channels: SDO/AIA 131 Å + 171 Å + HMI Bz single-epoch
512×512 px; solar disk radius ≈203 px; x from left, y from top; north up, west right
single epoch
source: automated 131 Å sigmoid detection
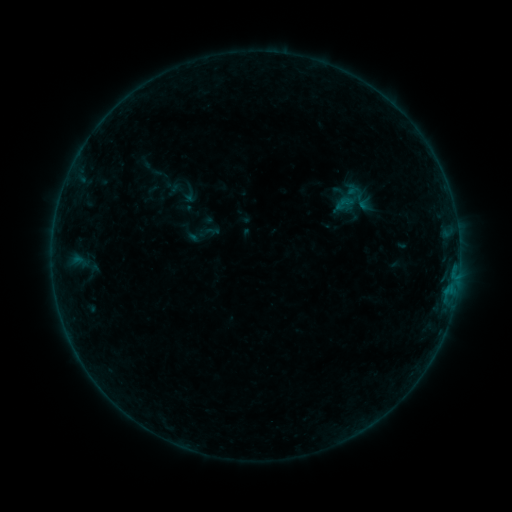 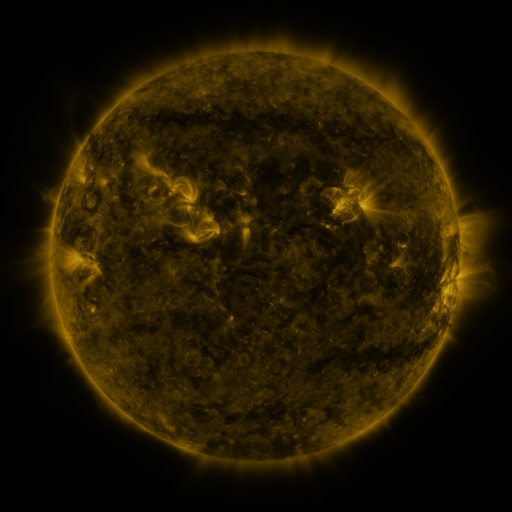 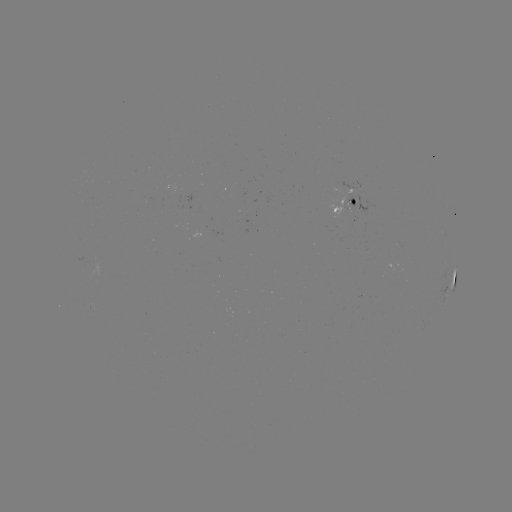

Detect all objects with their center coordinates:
sigmoid: (344, 203)
